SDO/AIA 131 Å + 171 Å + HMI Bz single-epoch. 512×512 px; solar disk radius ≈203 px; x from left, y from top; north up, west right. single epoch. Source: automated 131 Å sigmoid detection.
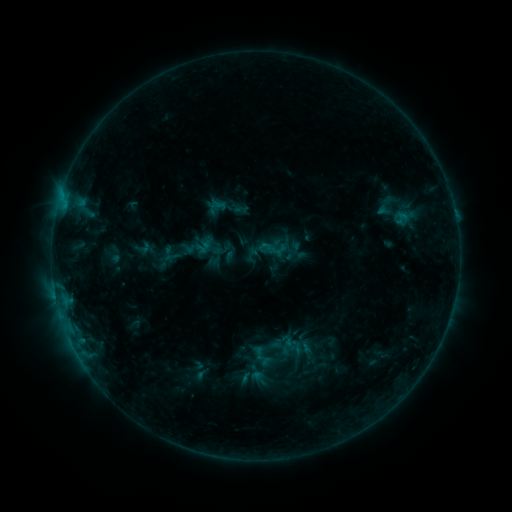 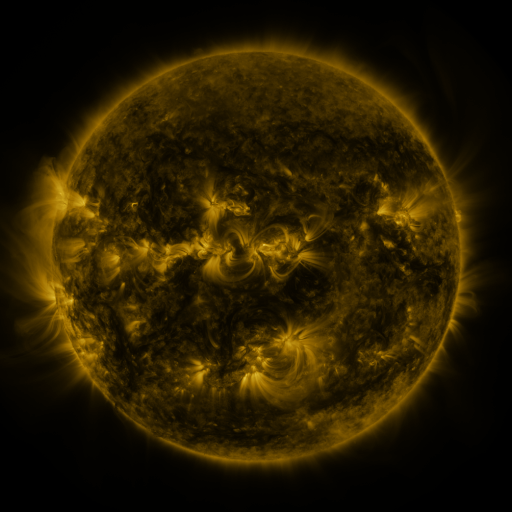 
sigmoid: [391, 210, 412, 226]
